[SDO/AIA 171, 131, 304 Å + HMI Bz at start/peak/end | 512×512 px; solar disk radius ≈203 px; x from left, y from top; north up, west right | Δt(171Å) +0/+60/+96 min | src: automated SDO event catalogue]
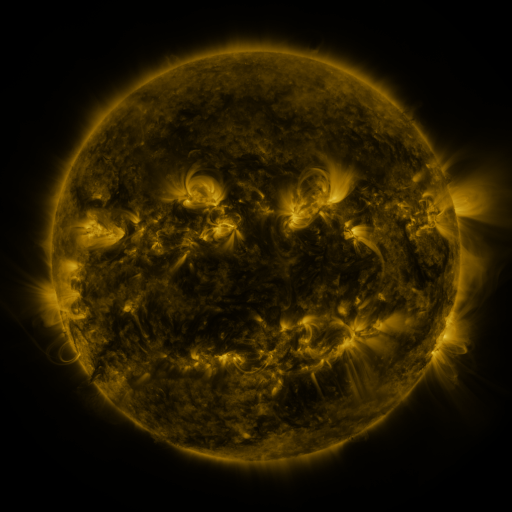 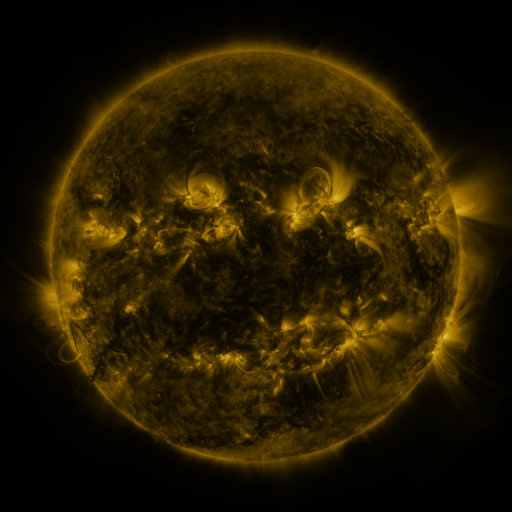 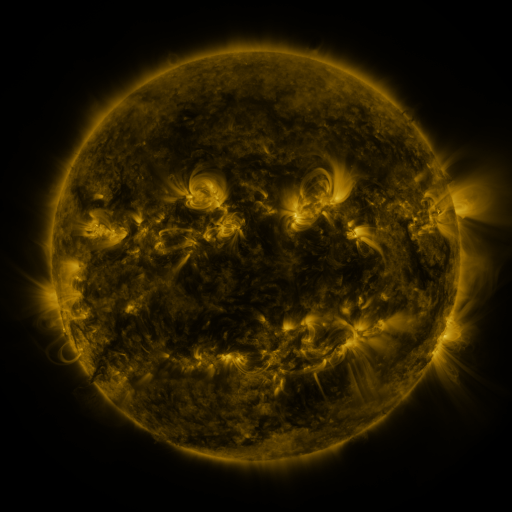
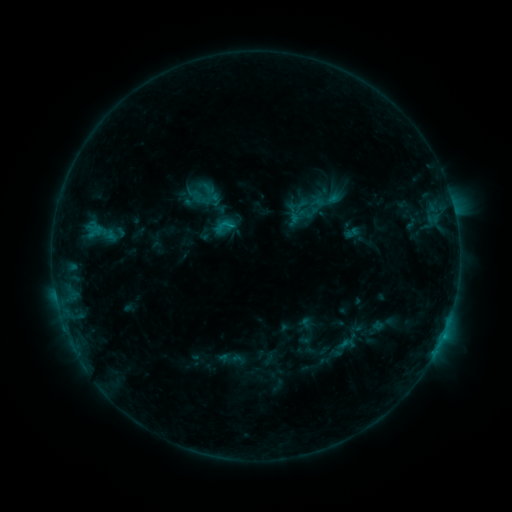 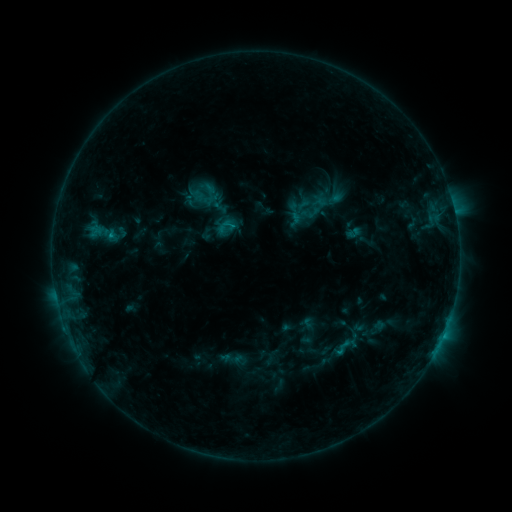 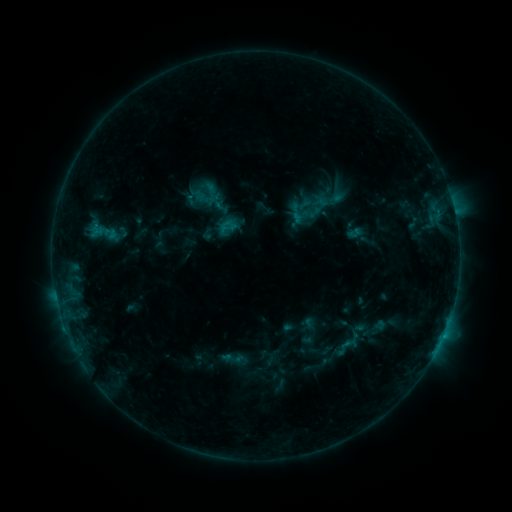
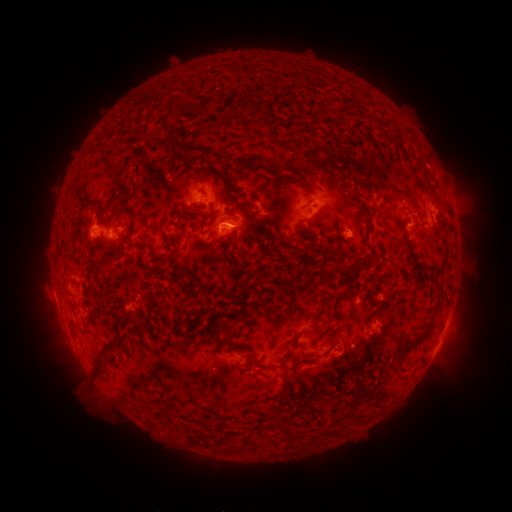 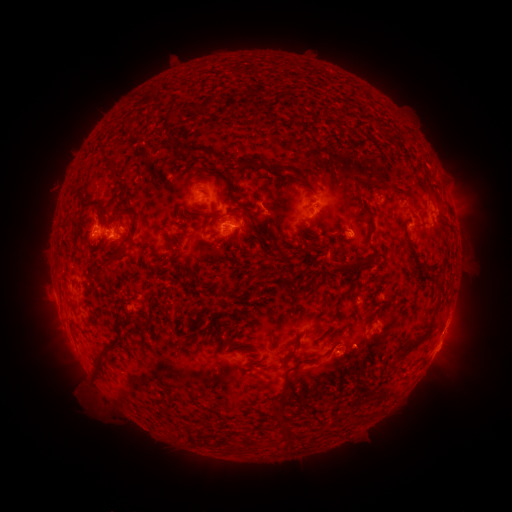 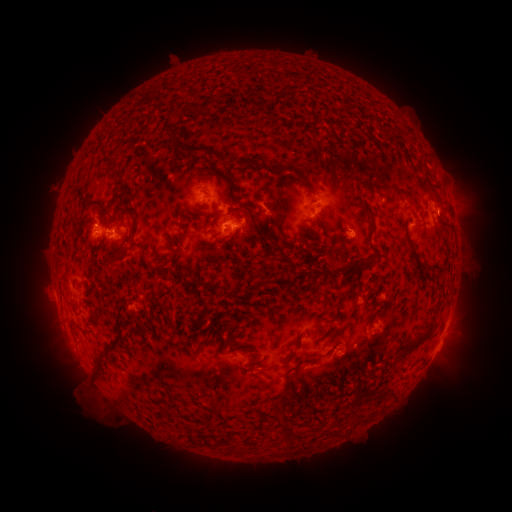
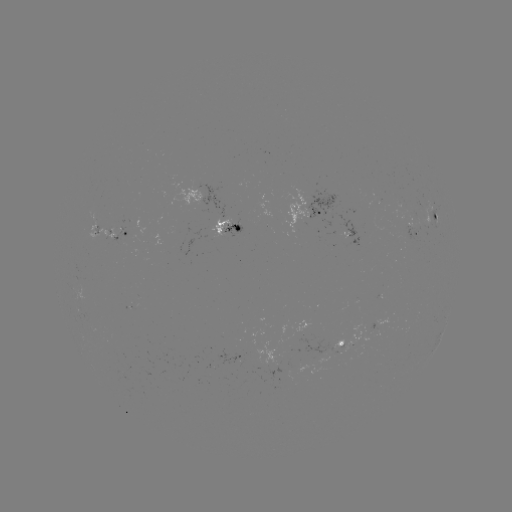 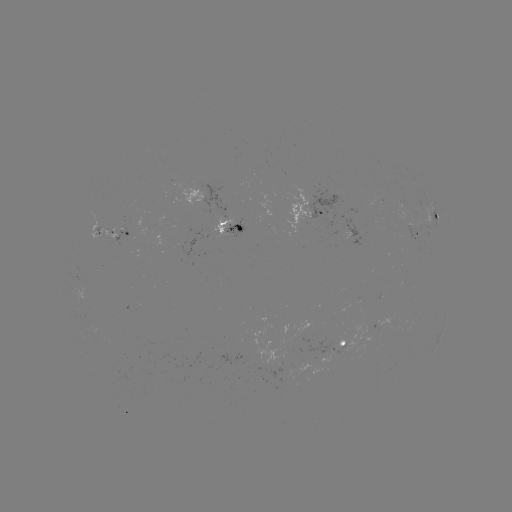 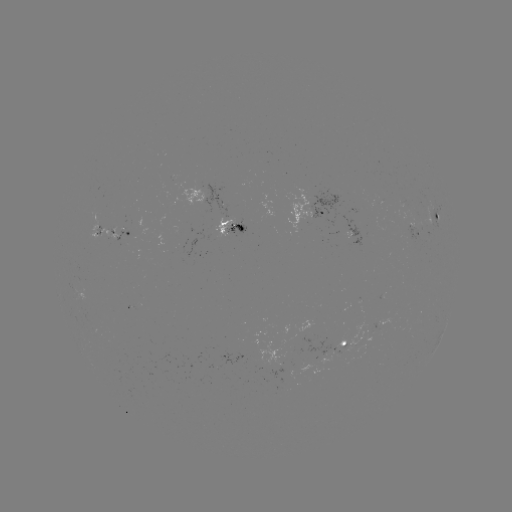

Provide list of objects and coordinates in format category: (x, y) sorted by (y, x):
emerging-flux region: (378, 197)
